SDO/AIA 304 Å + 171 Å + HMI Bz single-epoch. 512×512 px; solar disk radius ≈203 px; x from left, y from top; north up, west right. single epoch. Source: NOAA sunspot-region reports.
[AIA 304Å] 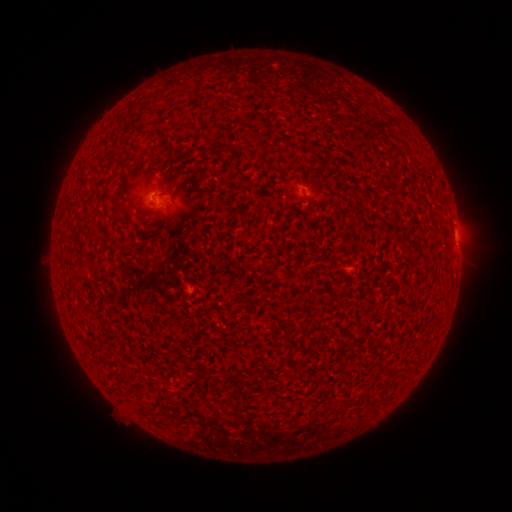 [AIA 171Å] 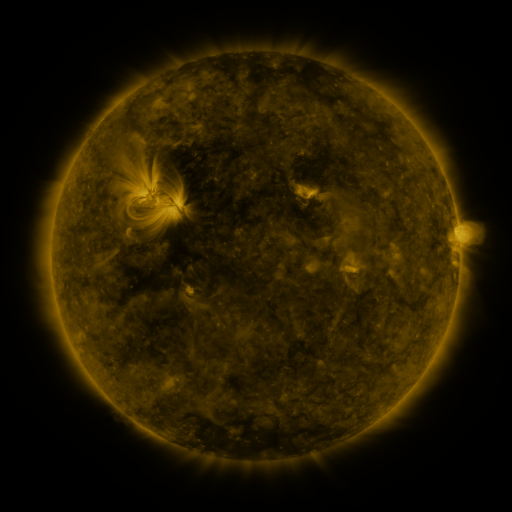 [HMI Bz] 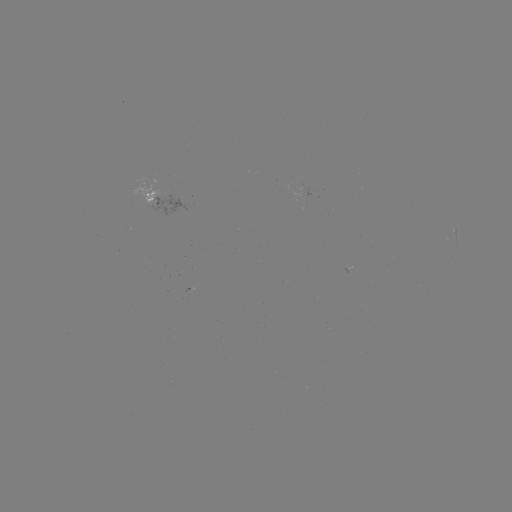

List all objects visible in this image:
spotted active region: (163, 199)
spotted active region: (457, 237)
